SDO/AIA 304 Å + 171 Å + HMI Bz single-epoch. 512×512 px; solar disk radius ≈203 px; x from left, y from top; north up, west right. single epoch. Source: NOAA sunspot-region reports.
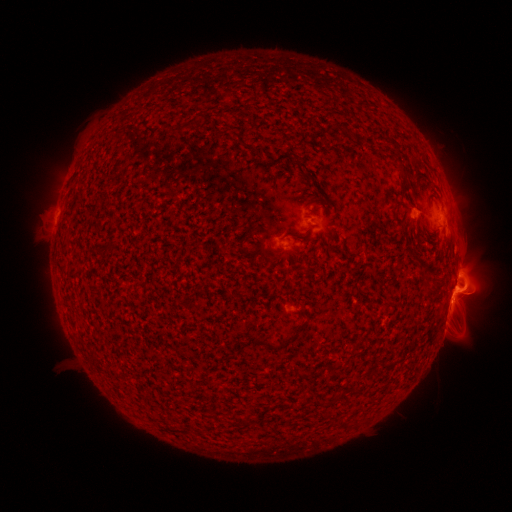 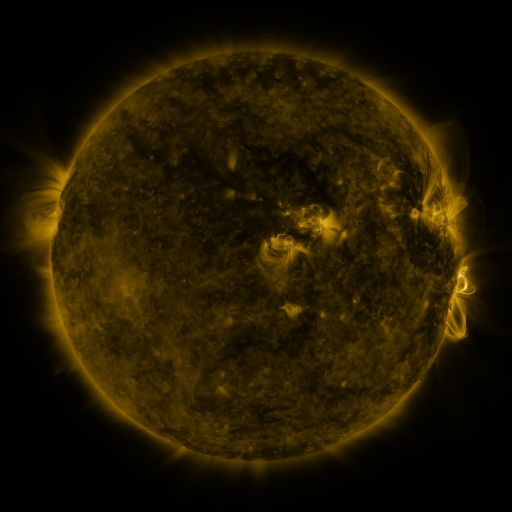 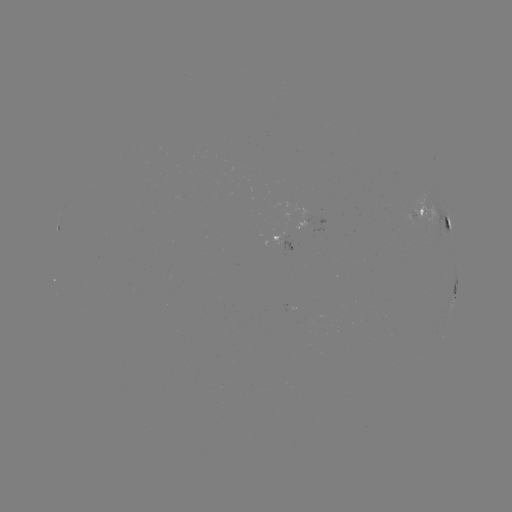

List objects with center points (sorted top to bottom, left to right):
spotted active region: (438, 220)
spotted active region: (280, 242)
spotted active region: (455, 290)
